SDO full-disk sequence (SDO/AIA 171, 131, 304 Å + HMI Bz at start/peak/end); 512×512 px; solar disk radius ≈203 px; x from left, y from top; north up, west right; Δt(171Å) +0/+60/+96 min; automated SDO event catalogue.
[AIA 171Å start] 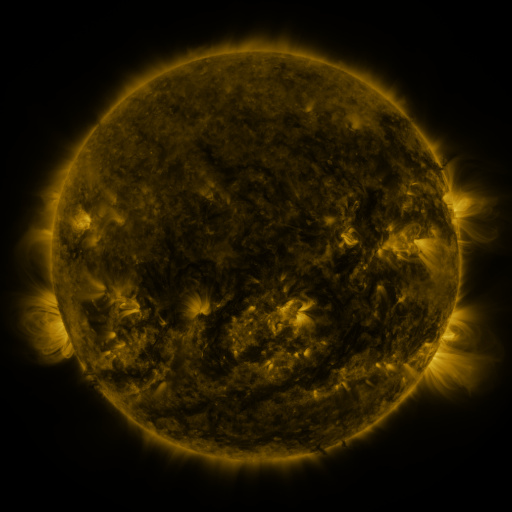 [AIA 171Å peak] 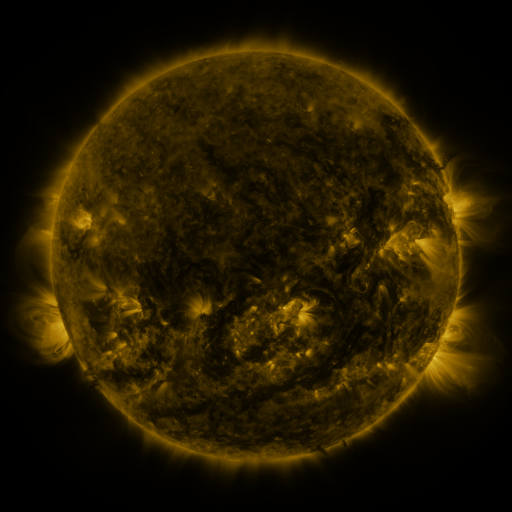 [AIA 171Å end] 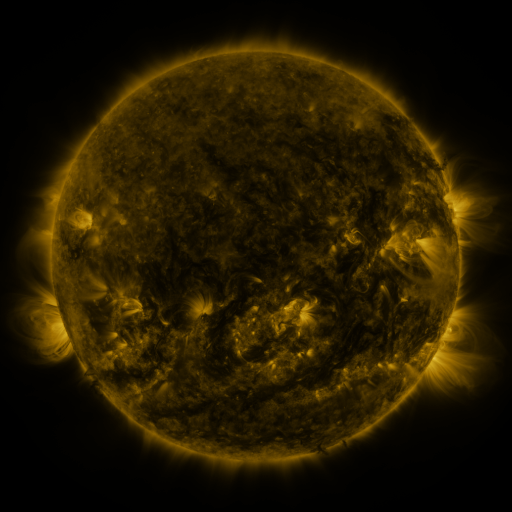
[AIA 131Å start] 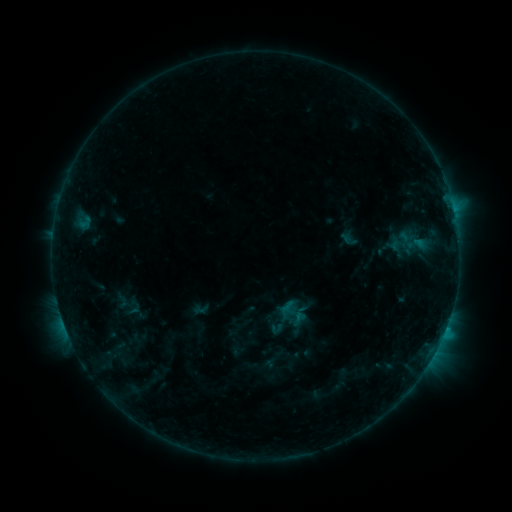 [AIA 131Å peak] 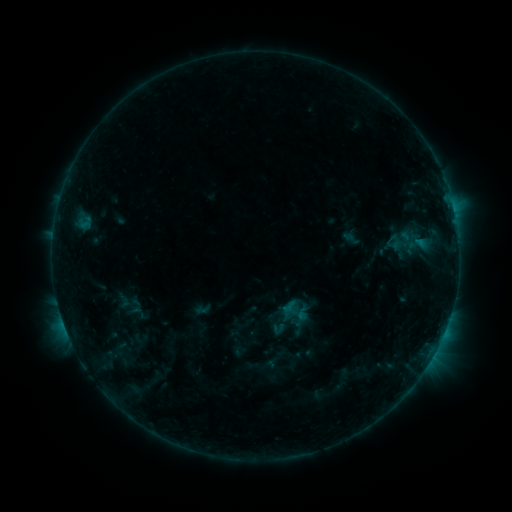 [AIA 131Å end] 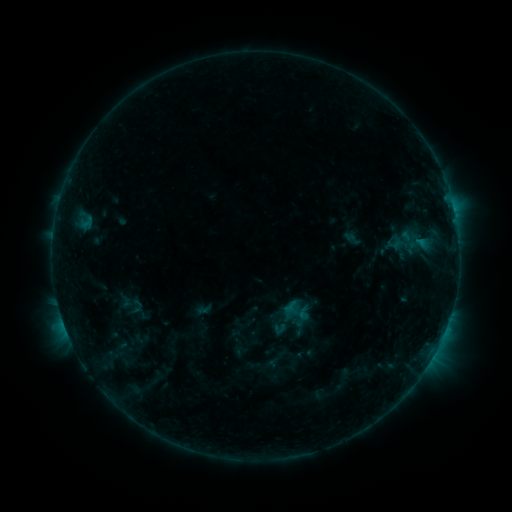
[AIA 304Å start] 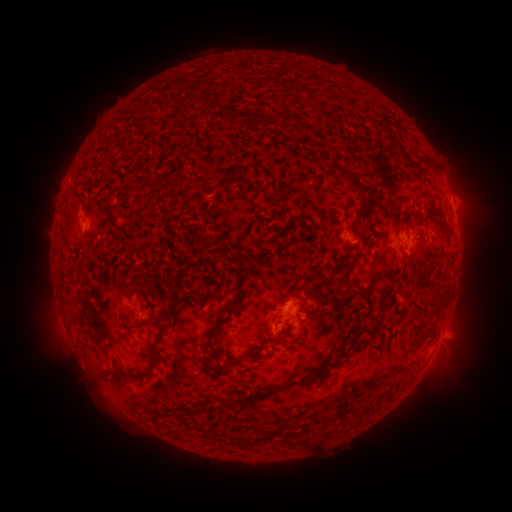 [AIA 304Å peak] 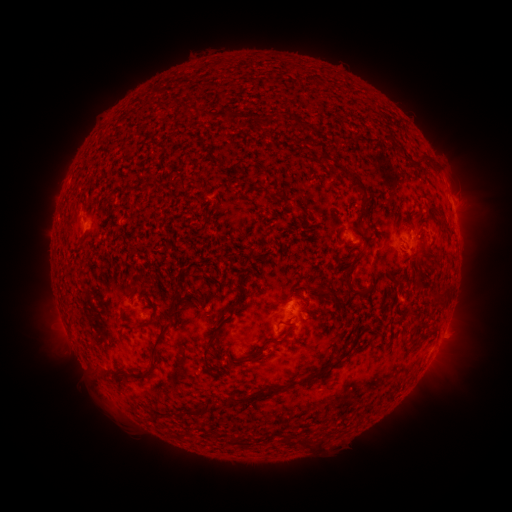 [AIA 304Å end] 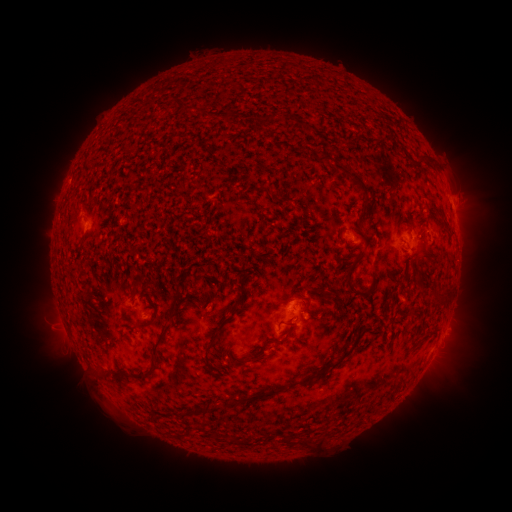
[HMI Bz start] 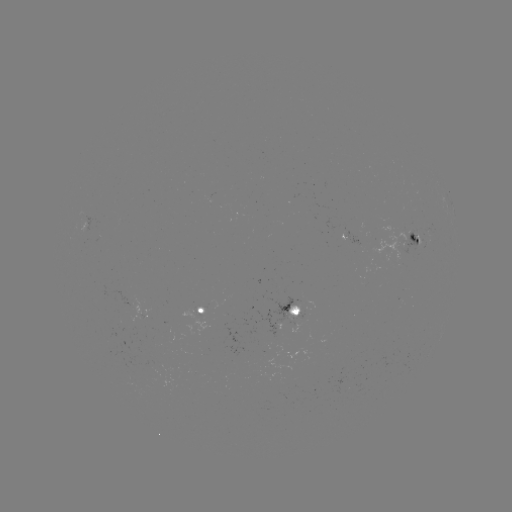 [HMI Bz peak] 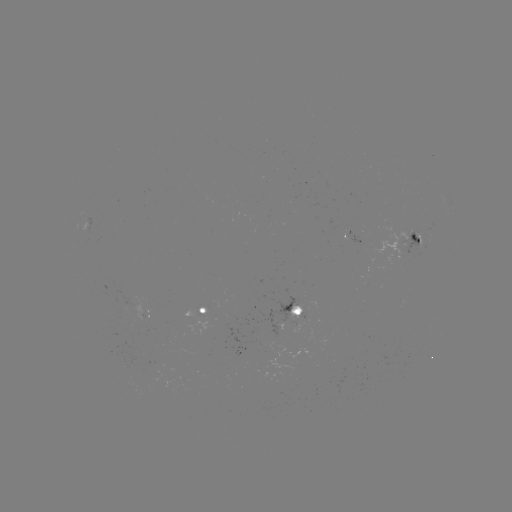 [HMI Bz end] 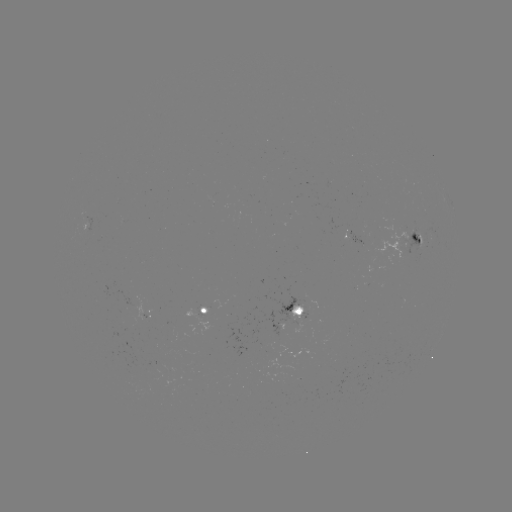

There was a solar emerging-flux region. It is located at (360, 244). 